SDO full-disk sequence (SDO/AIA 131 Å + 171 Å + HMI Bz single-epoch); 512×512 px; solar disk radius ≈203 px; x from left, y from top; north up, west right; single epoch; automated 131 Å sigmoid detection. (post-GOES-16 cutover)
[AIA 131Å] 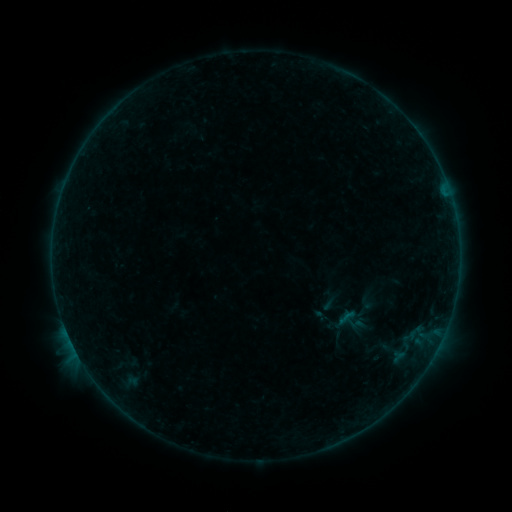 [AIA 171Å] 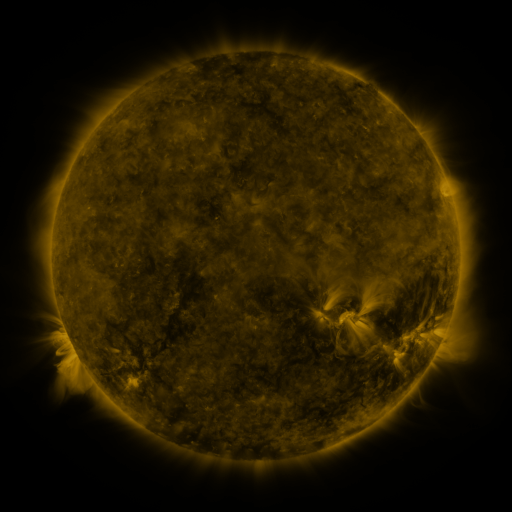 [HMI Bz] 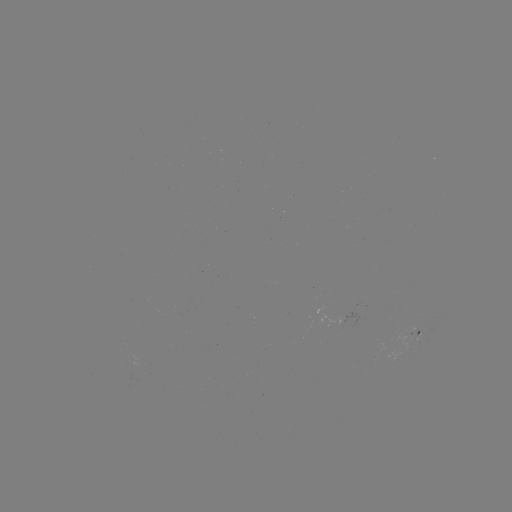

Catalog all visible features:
sigmoid: <bbox>337, 306, 358, 328</bbox>
